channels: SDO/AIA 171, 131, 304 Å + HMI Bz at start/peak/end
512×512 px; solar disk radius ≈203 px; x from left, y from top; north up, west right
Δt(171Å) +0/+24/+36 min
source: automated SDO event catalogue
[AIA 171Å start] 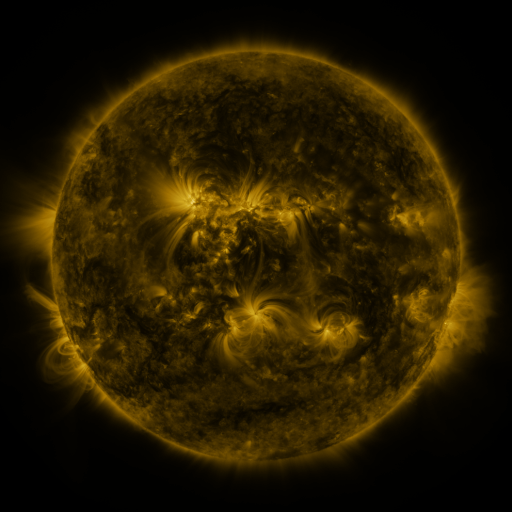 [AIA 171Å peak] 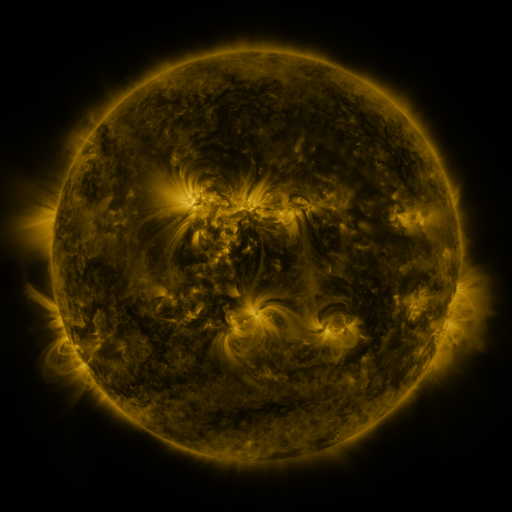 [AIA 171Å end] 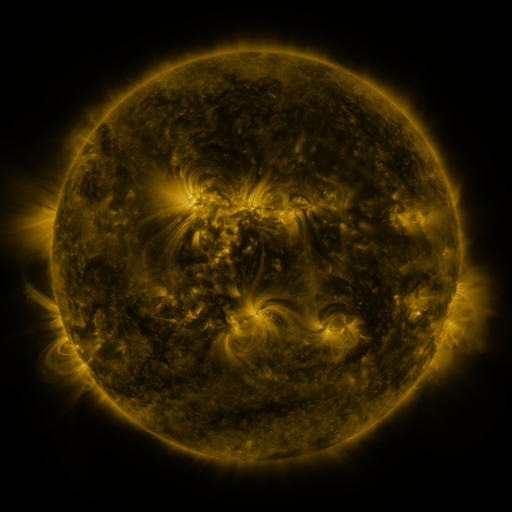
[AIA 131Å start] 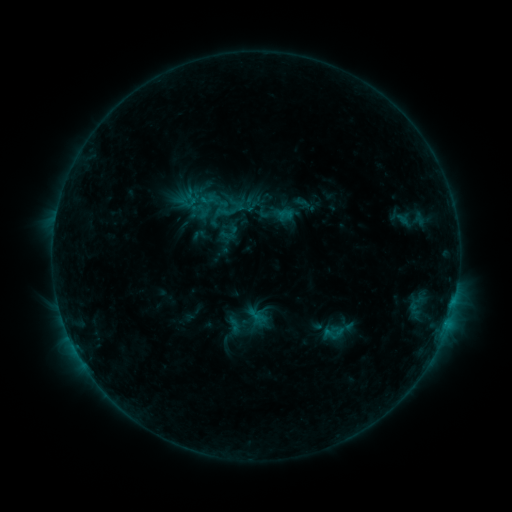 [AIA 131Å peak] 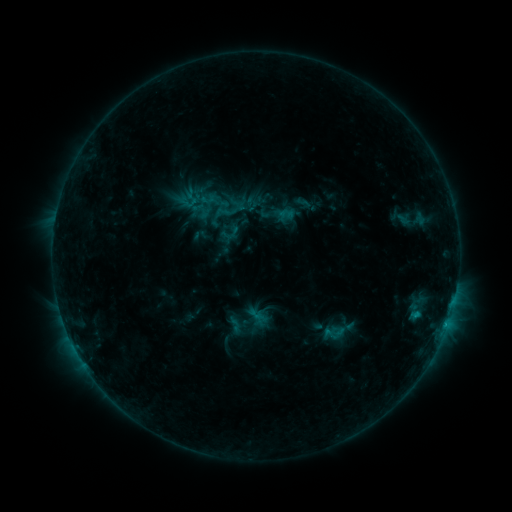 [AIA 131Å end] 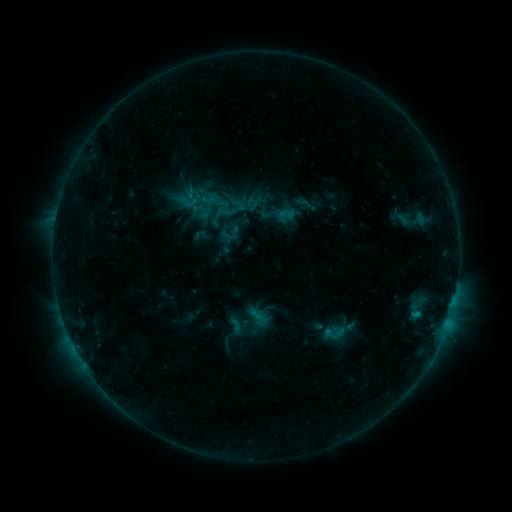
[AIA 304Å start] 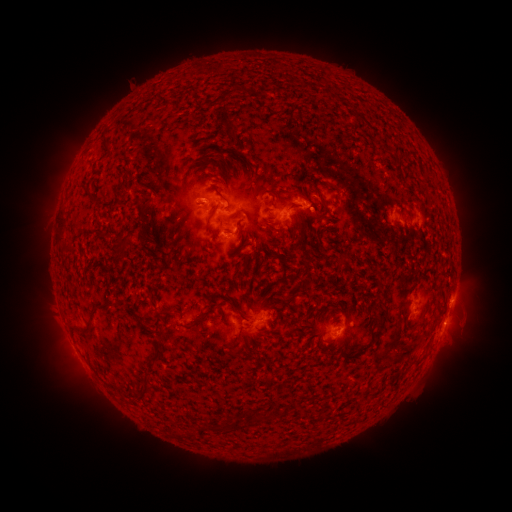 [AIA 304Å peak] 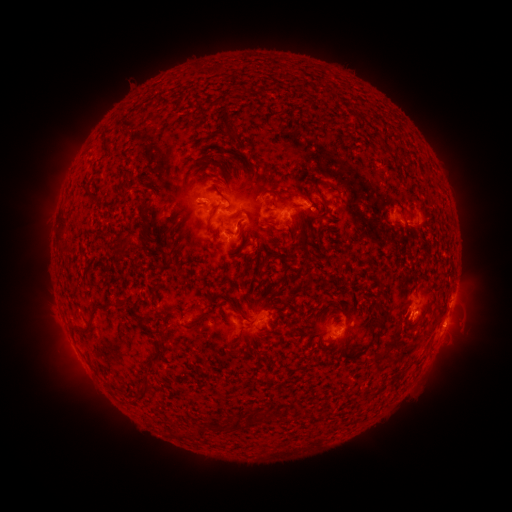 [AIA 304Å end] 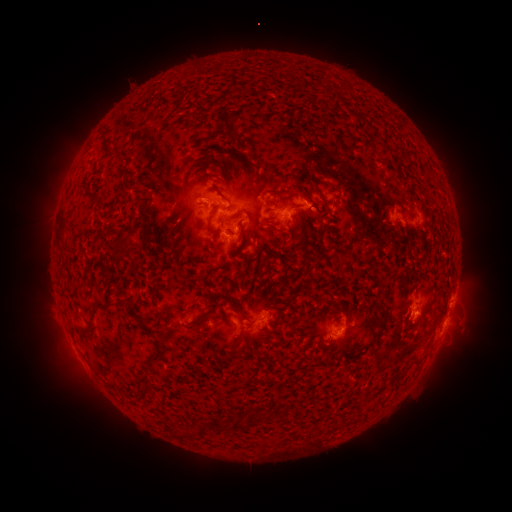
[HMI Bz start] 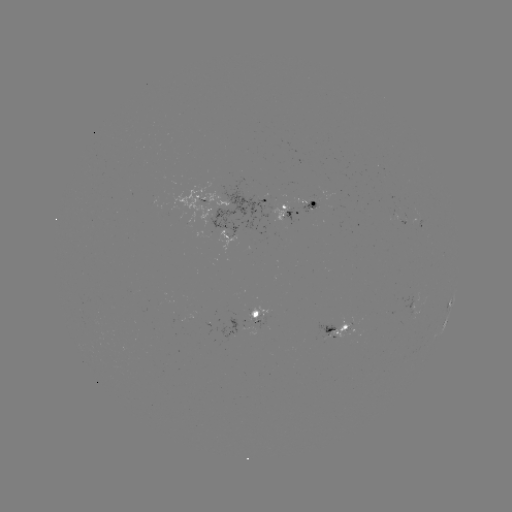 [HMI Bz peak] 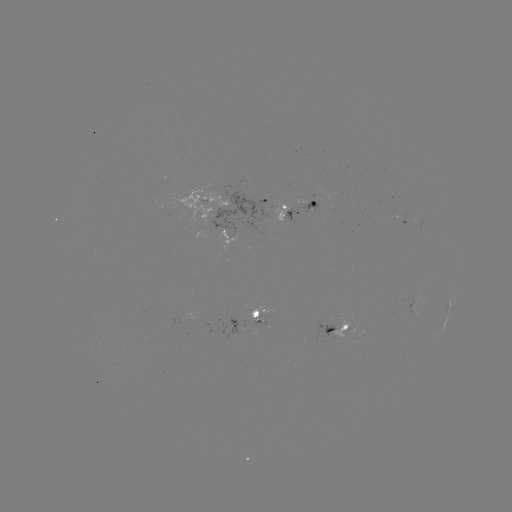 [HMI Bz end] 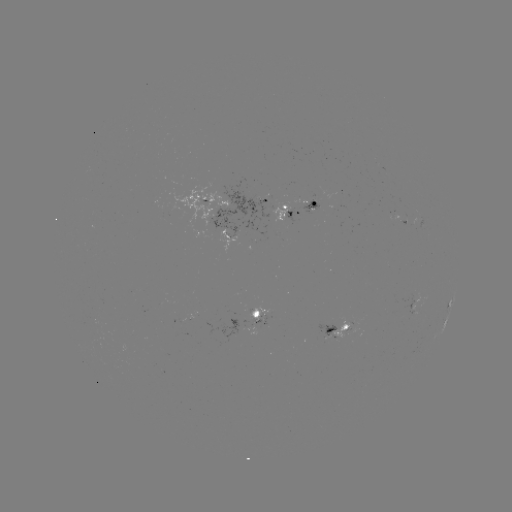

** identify B8.6 flare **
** (416, 312) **